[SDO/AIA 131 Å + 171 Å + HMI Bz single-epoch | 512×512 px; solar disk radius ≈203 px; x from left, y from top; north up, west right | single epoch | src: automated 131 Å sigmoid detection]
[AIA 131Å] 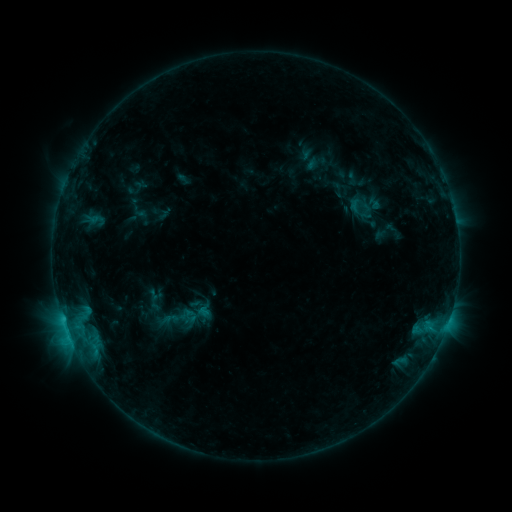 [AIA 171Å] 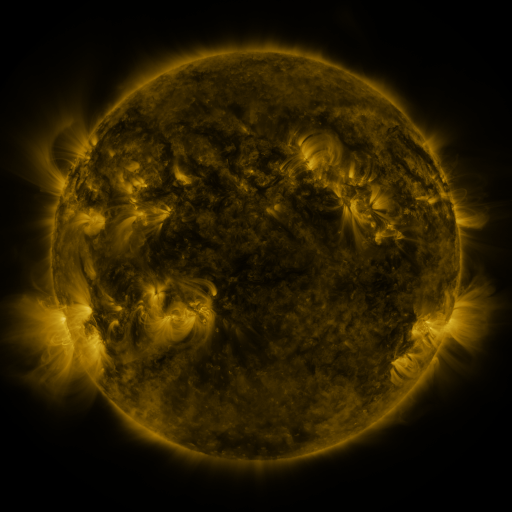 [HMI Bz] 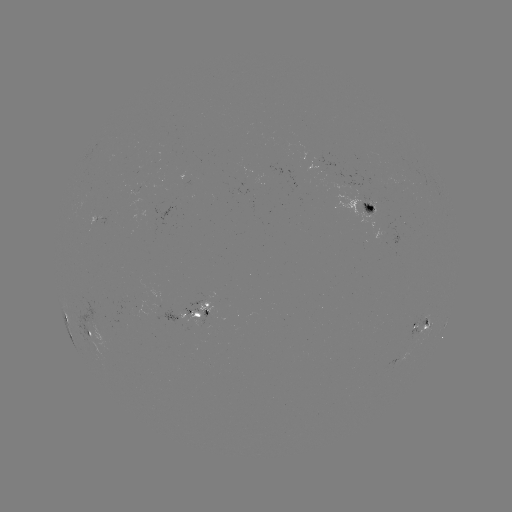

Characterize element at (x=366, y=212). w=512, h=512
sigmoid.